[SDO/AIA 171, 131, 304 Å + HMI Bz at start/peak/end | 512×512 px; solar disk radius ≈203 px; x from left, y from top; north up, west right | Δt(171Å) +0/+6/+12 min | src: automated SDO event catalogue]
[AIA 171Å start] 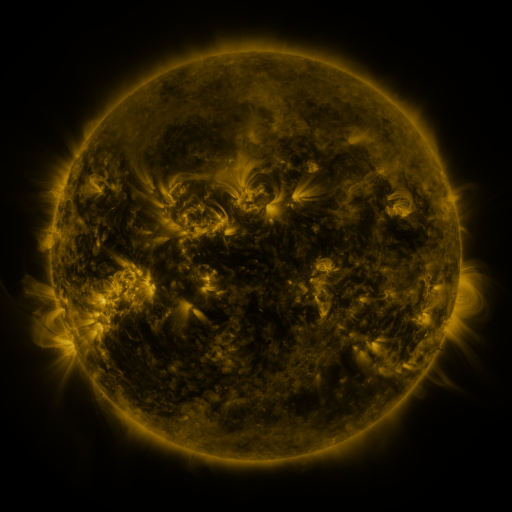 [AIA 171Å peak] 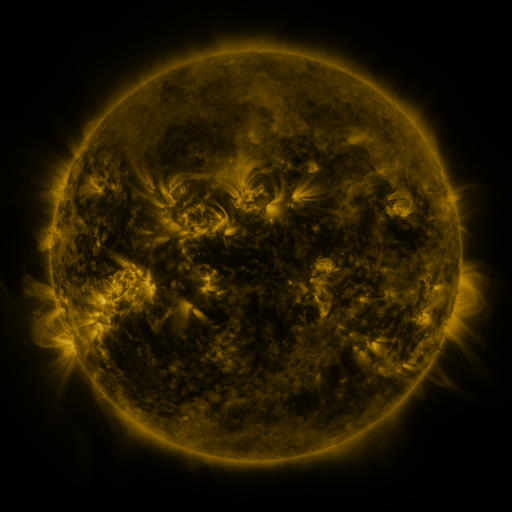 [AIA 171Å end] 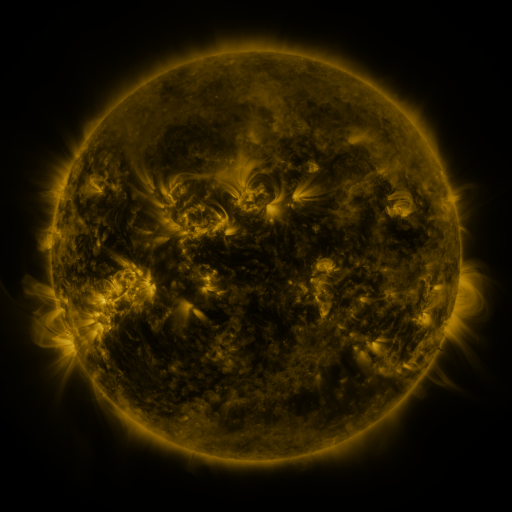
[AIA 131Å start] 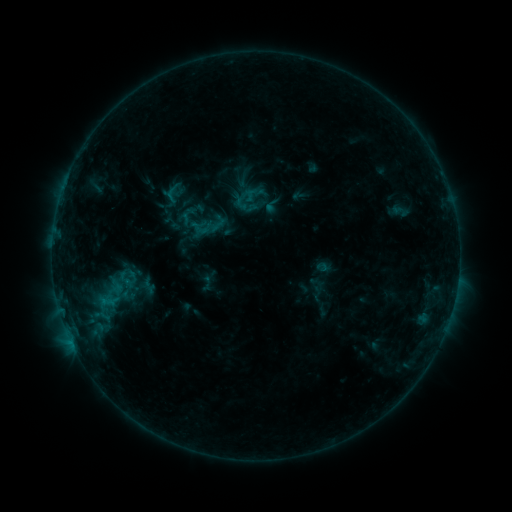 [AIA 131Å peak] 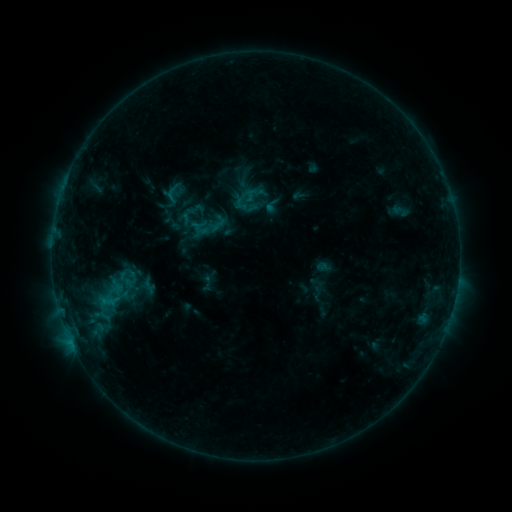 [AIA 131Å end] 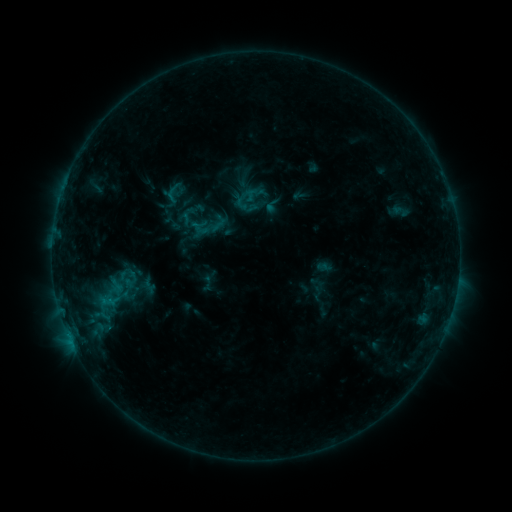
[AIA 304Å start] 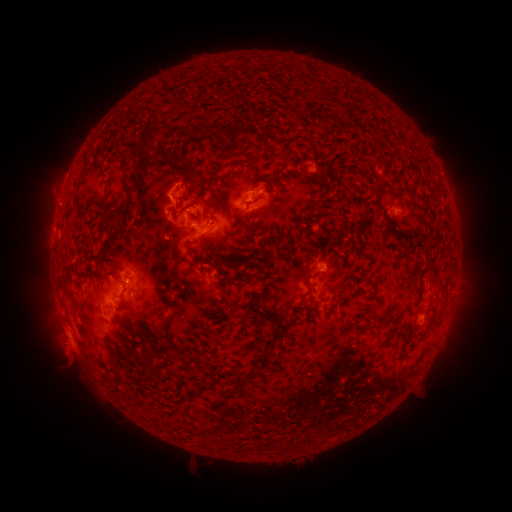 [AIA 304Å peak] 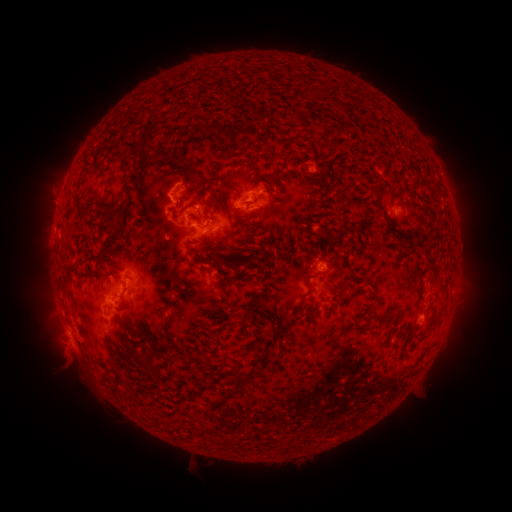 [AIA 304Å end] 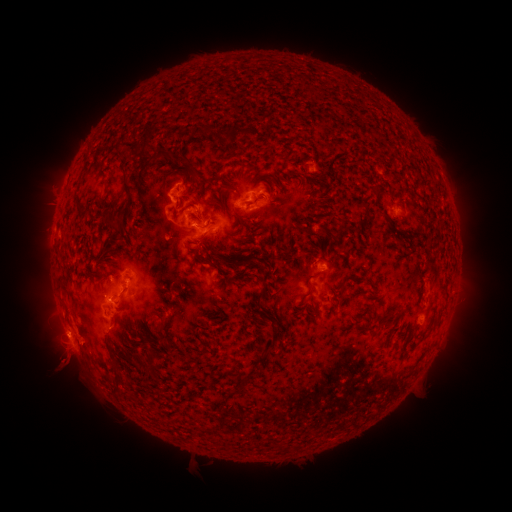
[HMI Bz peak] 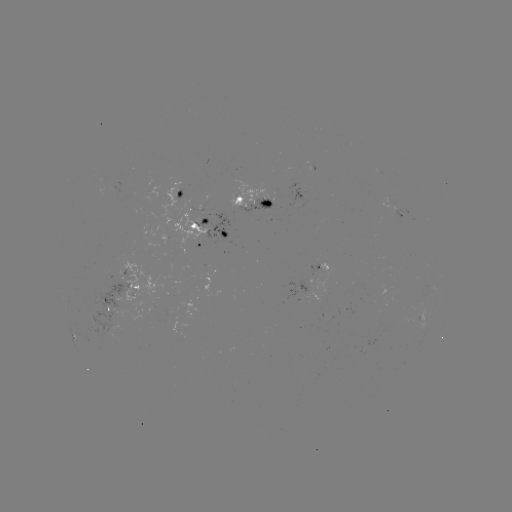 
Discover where eruption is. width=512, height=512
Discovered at (65, 365).